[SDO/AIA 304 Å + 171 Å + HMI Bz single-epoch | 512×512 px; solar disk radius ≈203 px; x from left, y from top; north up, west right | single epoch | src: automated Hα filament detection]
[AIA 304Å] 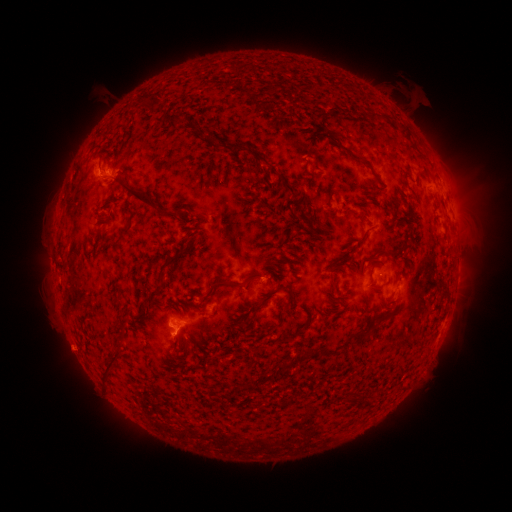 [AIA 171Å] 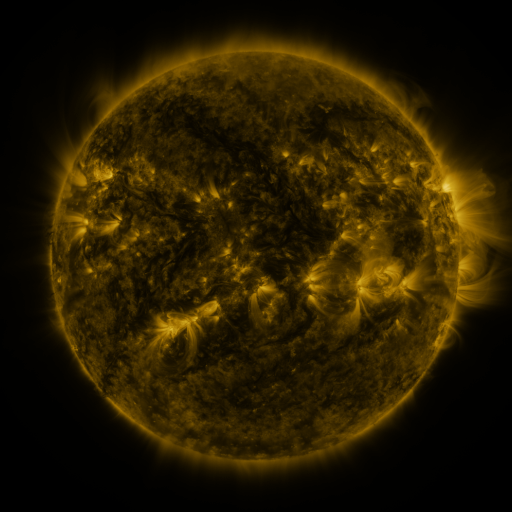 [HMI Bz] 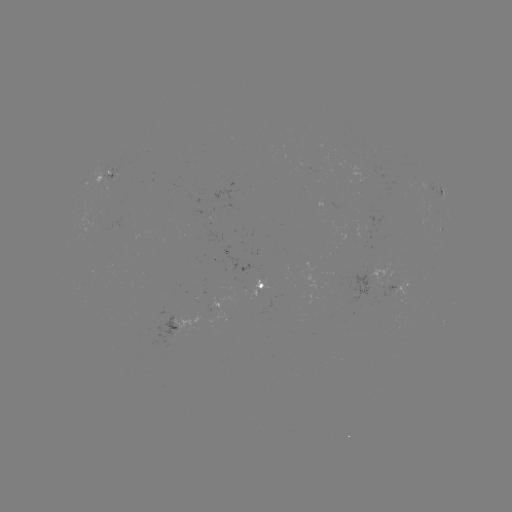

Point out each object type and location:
filament: (152, 103)
filament: (177, 121)
filament: (406, 130)
filament: (224, 150)
filament: (351, 154)
filament: (259, 159)
filament: (315, 161)
filament: (211, 183)
filament: (285, 186)
filament: (328, 193)
filament: (370, 195)
filament: (150, 204)
filament: (300, 216)
filament: (130, 225)
filament: (397, 251)
filament: (265, 263)
filament: (164, 268)
filament: (254, 276)
filament: (223, 283)
filament: (333, 285)
filament: (283, 287)
filament: (255, 307)
filament: (287, 307)
filament: (361, 334)
filament: (187, 347)
filament: (315, 353)
filament: (113, 363)
filament: (278, 372)
filament: (249, 386)
